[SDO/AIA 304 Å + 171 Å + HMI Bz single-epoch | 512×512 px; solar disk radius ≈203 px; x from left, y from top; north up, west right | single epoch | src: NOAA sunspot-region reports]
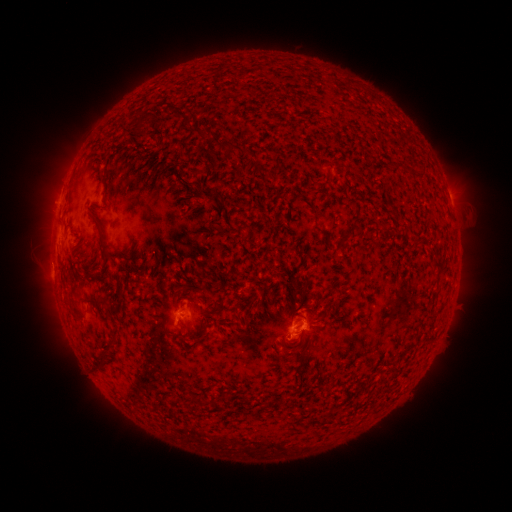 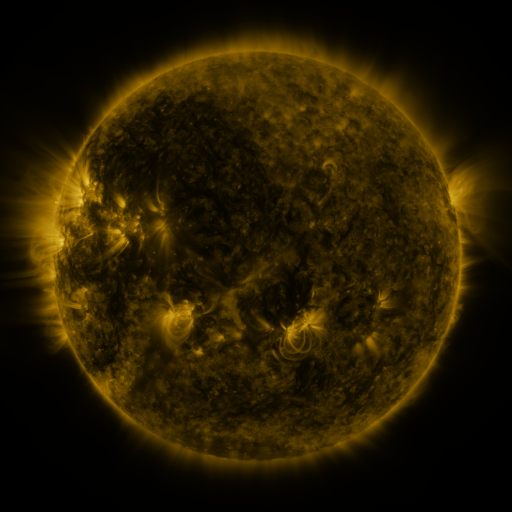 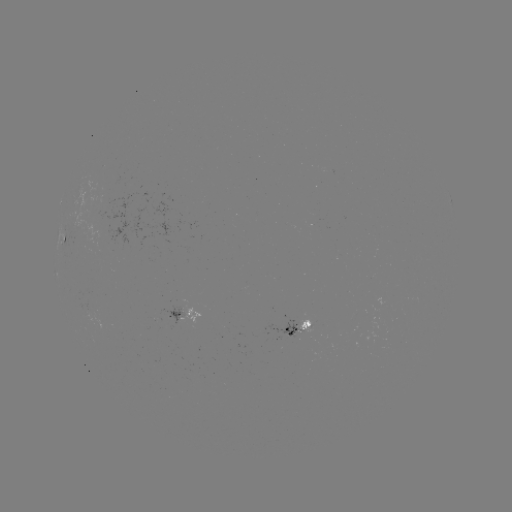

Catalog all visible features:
spotted active region: (64, 244)
spotted active region: (178, 315)
spotted active region: (299, 333)
